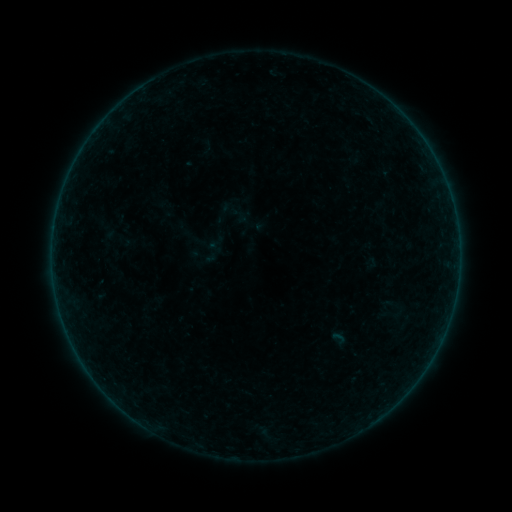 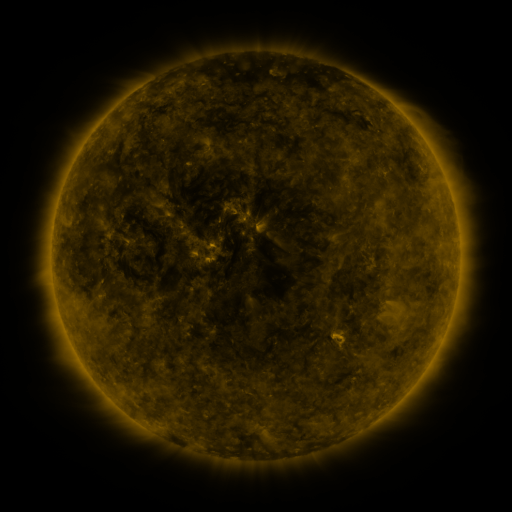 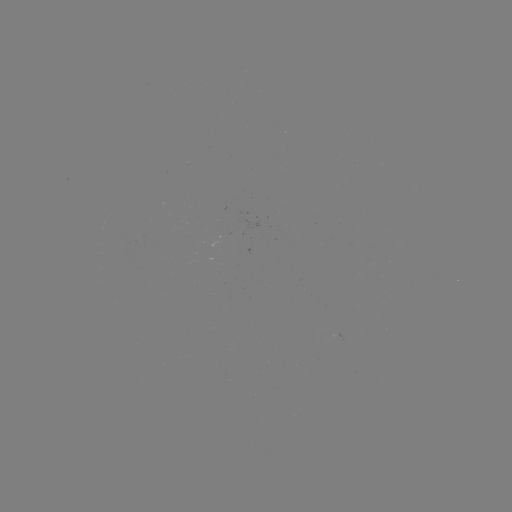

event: sigmoid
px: (229, 210)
